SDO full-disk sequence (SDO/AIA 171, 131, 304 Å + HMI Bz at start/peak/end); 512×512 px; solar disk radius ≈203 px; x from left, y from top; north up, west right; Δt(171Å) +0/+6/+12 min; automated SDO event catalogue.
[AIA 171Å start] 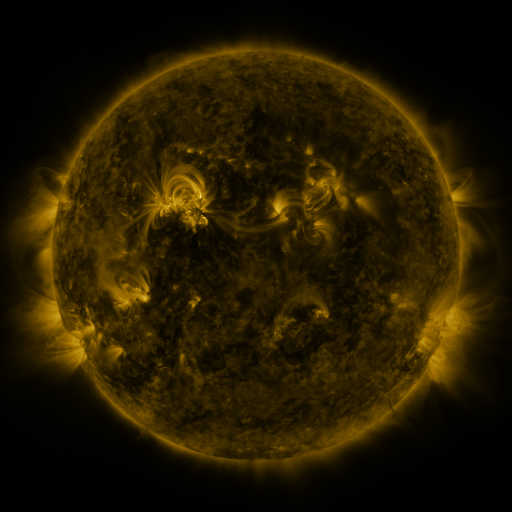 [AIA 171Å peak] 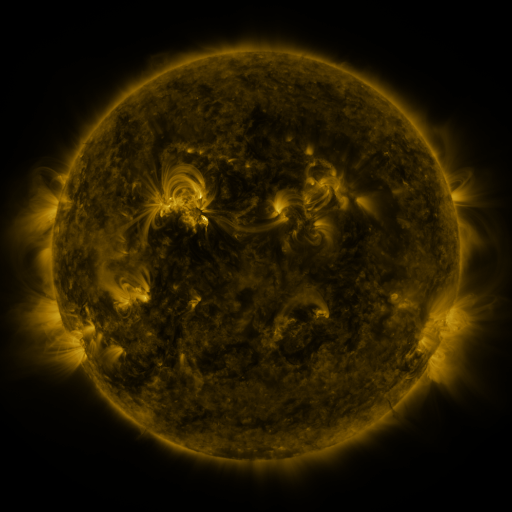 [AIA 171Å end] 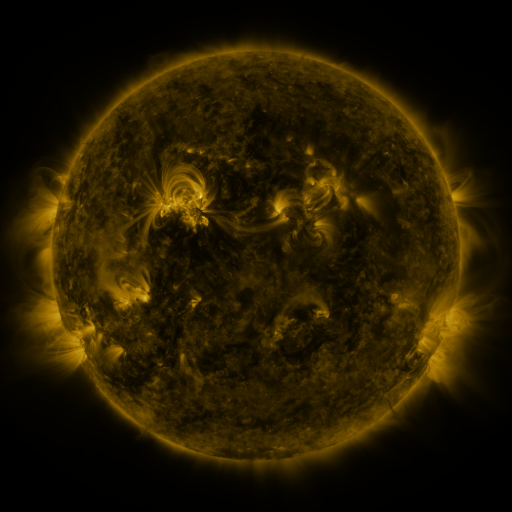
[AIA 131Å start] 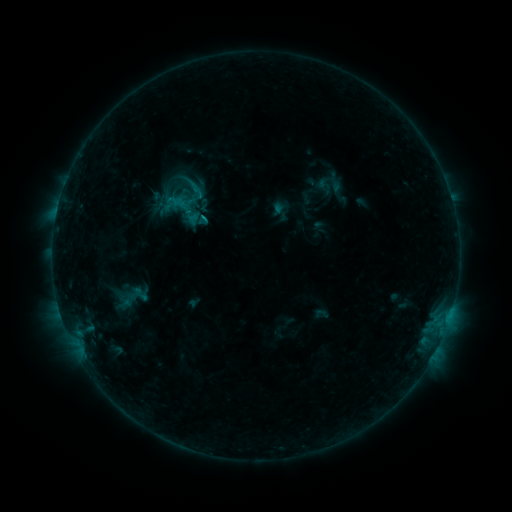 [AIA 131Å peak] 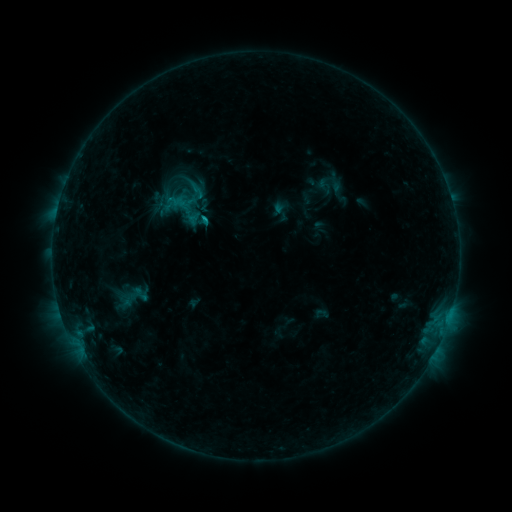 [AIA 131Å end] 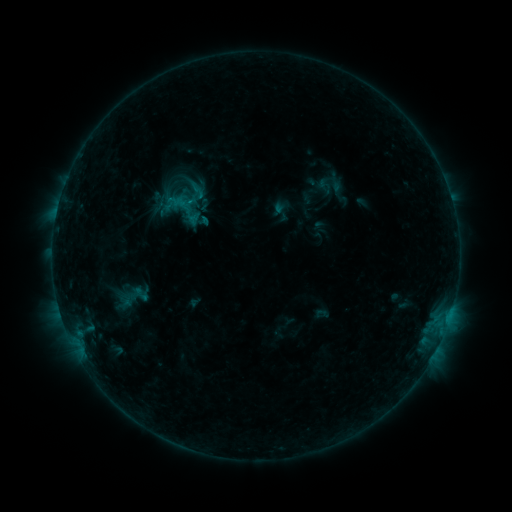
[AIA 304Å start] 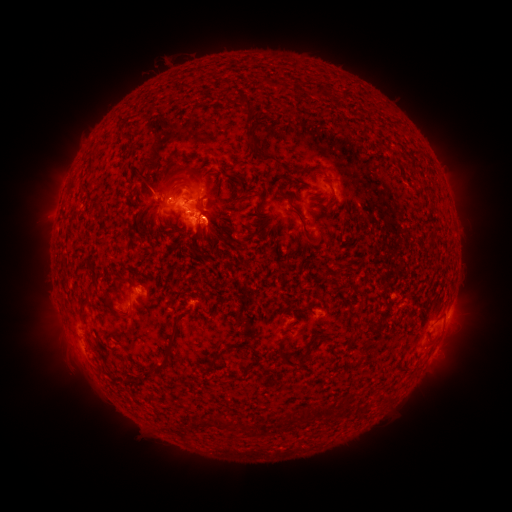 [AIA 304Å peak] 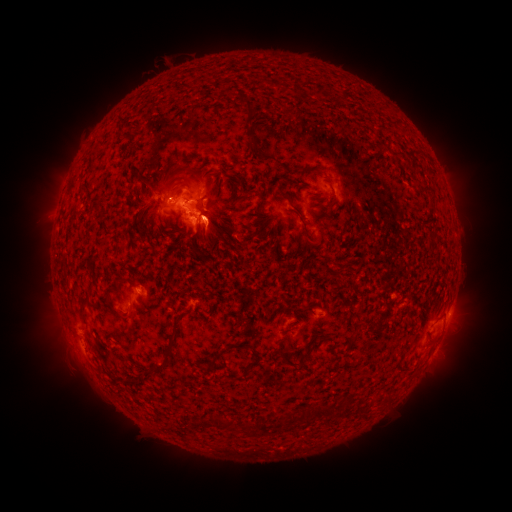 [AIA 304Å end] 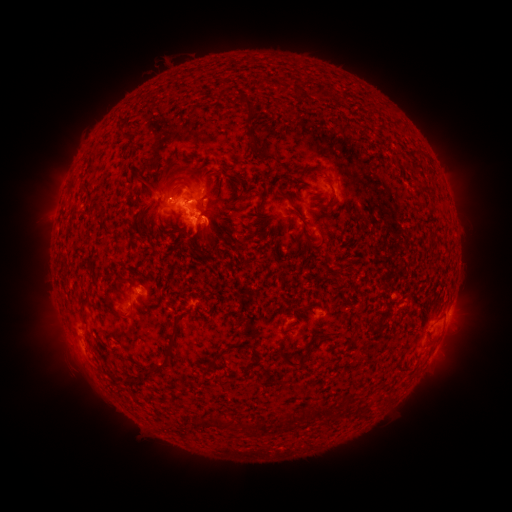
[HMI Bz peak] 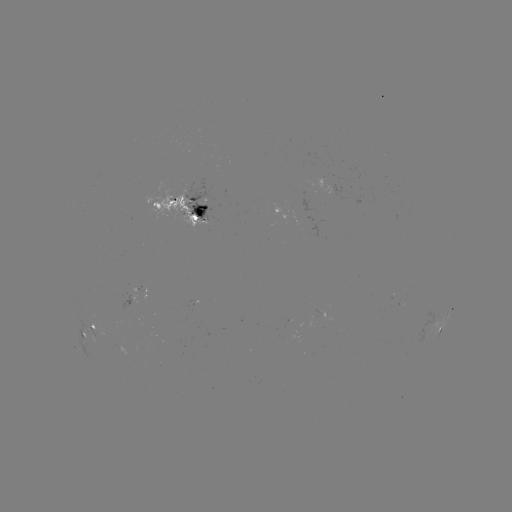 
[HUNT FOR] eruption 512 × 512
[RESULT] [461, 341]